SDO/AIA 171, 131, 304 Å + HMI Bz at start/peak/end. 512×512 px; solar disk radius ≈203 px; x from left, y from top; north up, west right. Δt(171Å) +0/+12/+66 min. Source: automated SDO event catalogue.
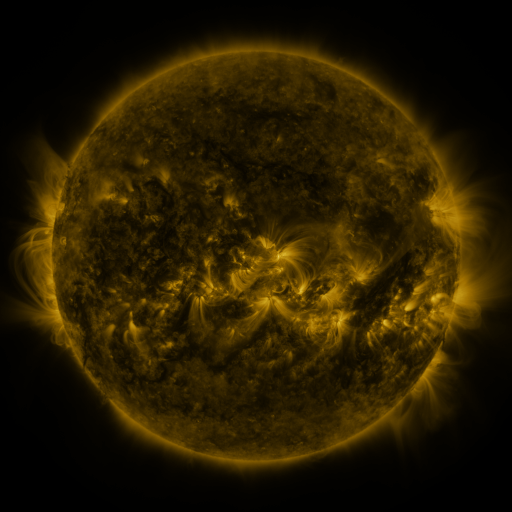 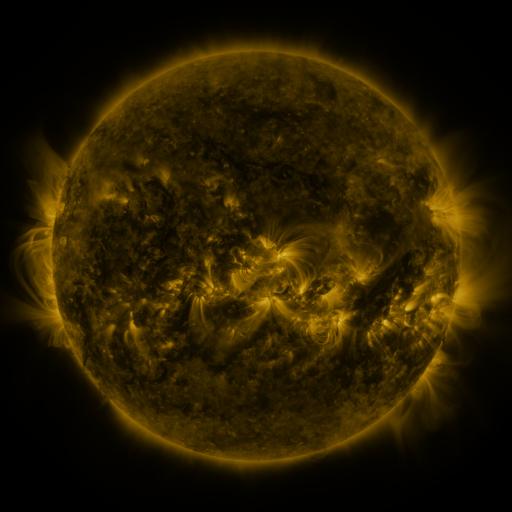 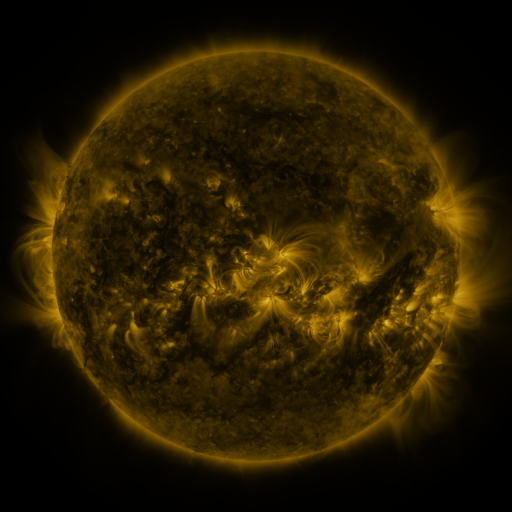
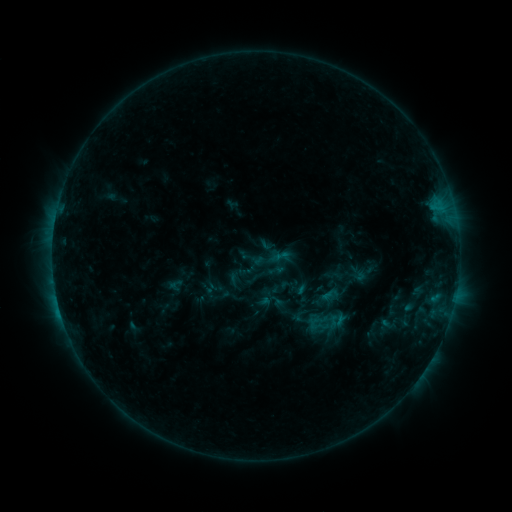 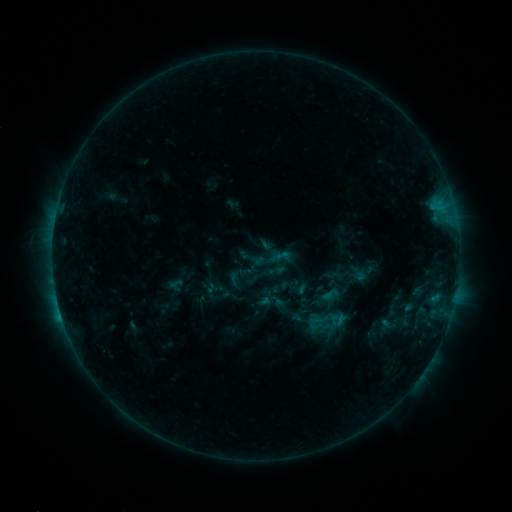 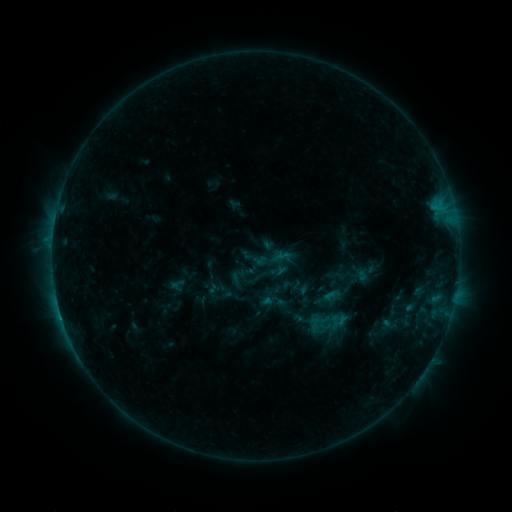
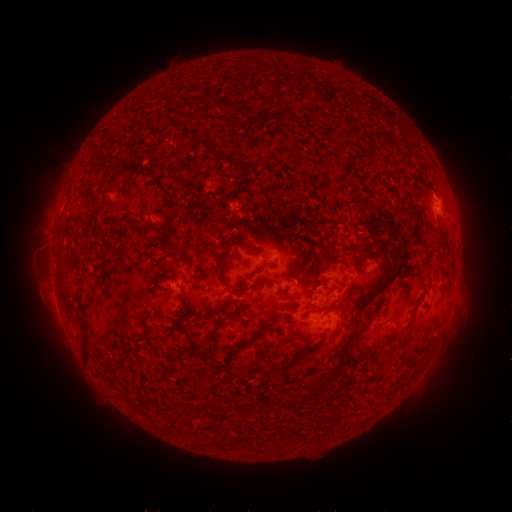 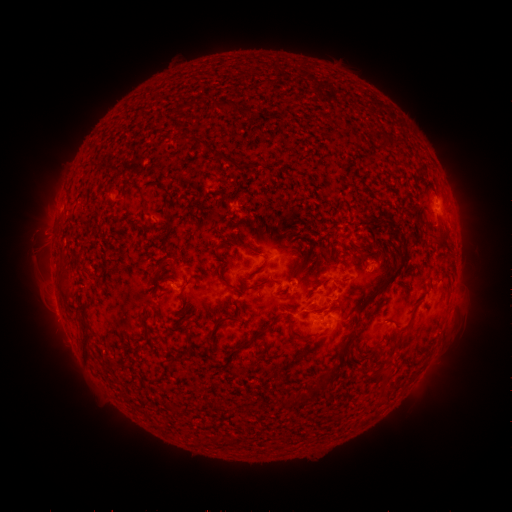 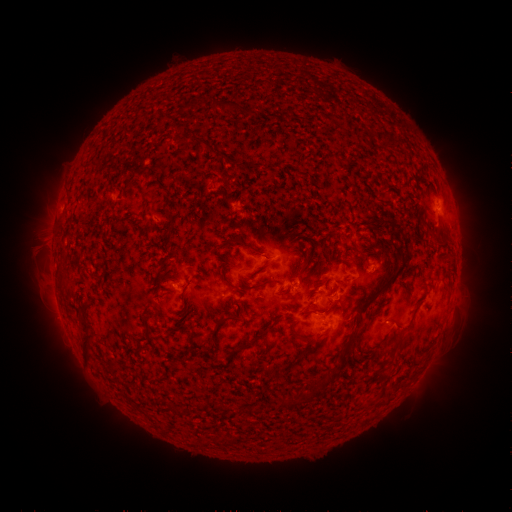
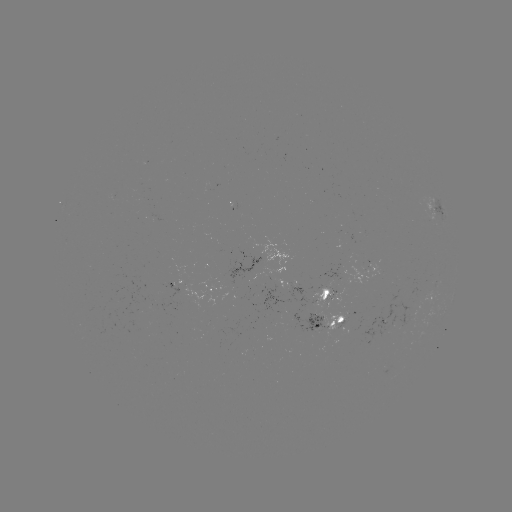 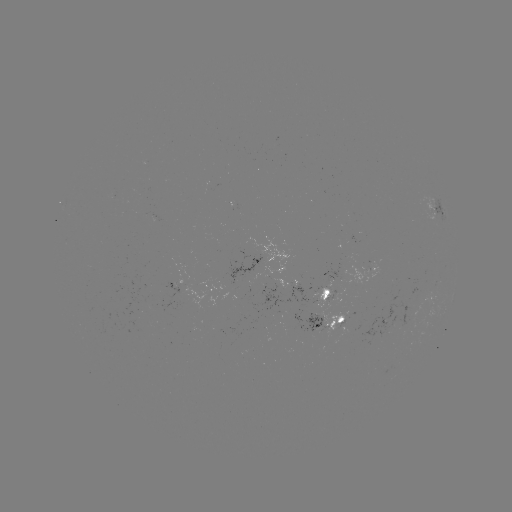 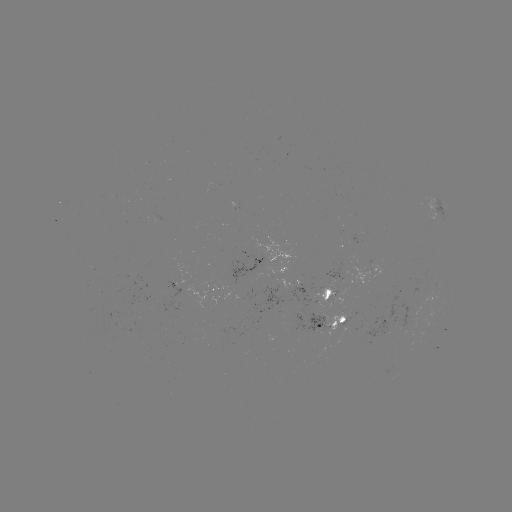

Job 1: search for C1.5 flare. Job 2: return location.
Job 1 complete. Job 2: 61,314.